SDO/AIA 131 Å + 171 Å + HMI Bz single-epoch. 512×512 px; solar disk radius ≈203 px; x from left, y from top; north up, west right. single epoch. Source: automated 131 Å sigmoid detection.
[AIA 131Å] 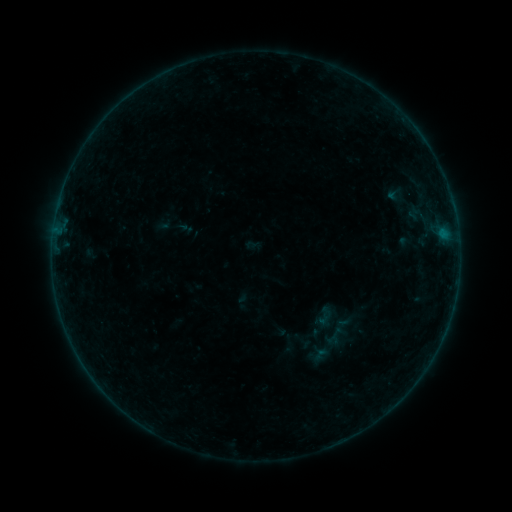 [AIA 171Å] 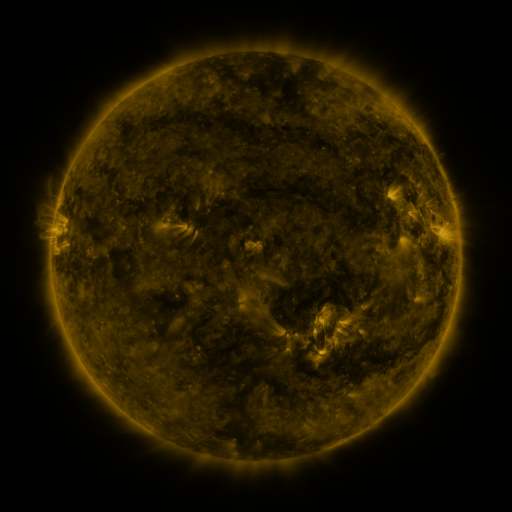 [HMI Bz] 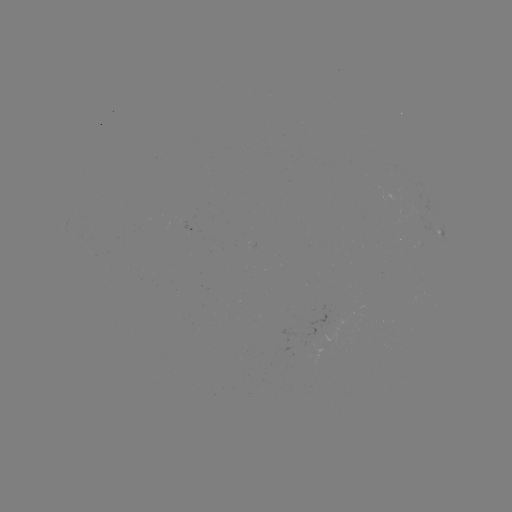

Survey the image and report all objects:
sigmoid: (334, 337)
